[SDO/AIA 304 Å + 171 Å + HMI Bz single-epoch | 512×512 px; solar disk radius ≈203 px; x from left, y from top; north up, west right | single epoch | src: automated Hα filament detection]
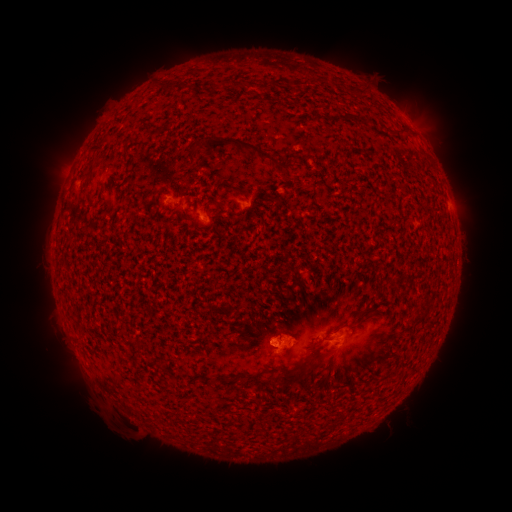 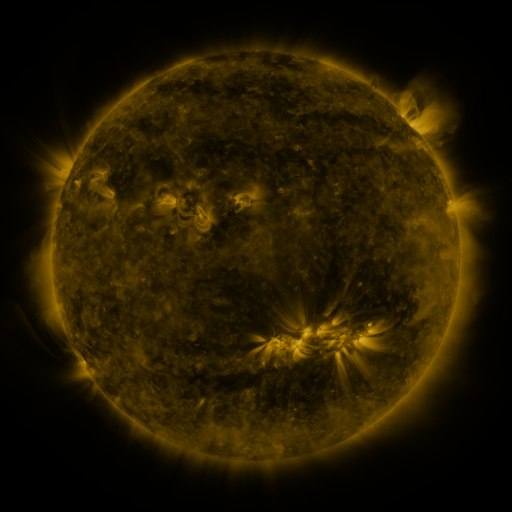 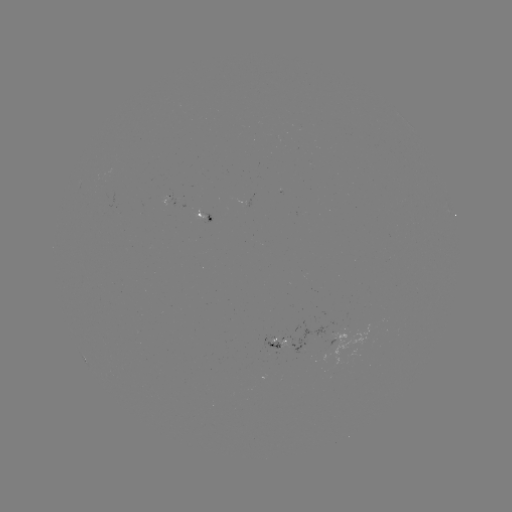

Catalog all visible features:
filament: [257, 80, 275, 91]
filament: [232, 82, 240, 89]
filament: [339, 114, 351, 121]
filament: [356, 117, 368, 125]
filament: [395, 126, 410, 139]
filament: [150, 128, 160, 139]
filament: [201, 136, 295, 177]
filament: [76, 172, 92, 180]
filament: [232, 185, 244, 194]
filament: [355, 307, 374, 323]
filament: [309, 347, 325, 361]
filament: [274, 366, 307, 389]
